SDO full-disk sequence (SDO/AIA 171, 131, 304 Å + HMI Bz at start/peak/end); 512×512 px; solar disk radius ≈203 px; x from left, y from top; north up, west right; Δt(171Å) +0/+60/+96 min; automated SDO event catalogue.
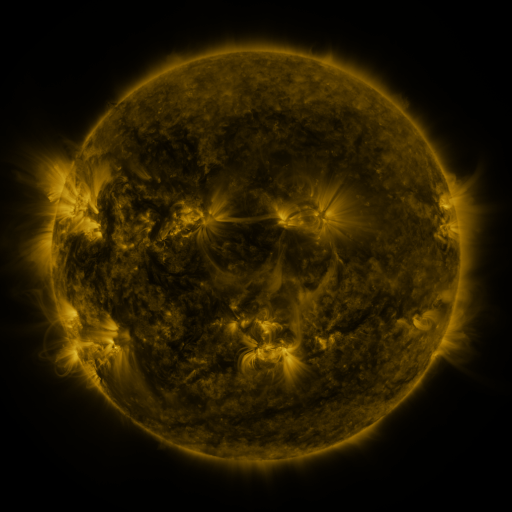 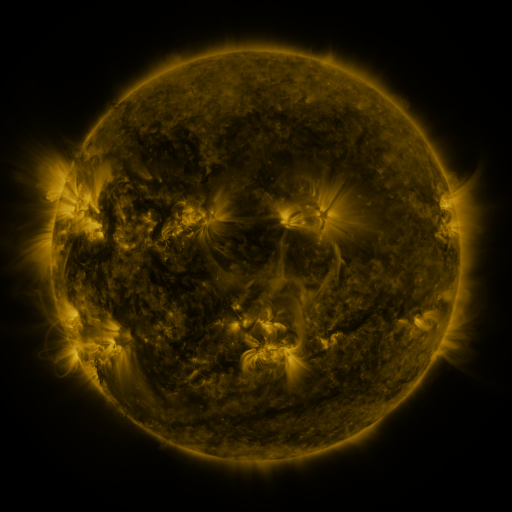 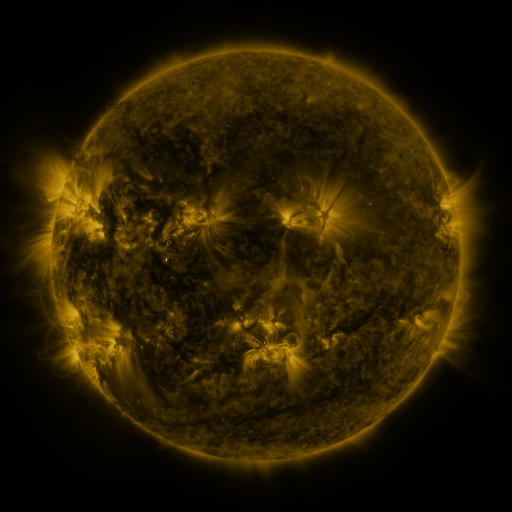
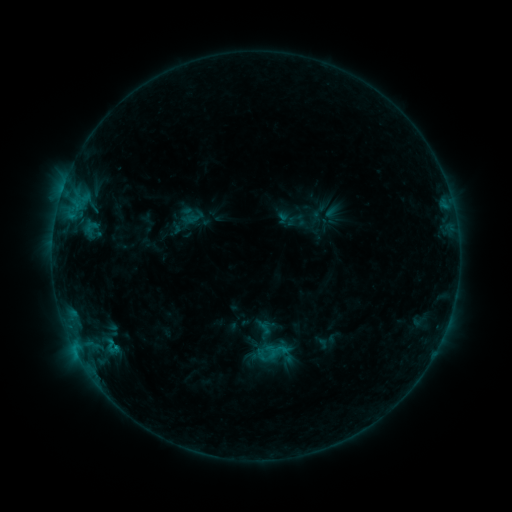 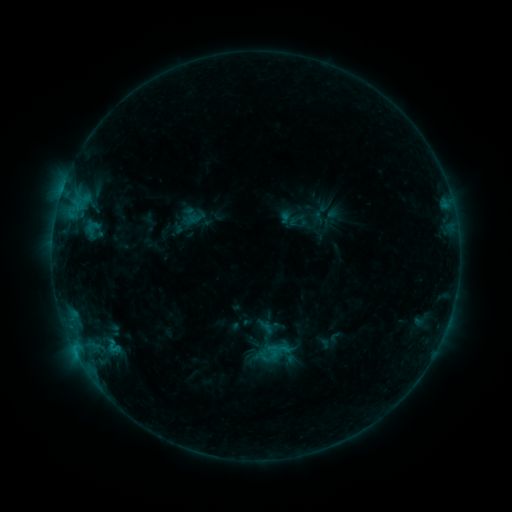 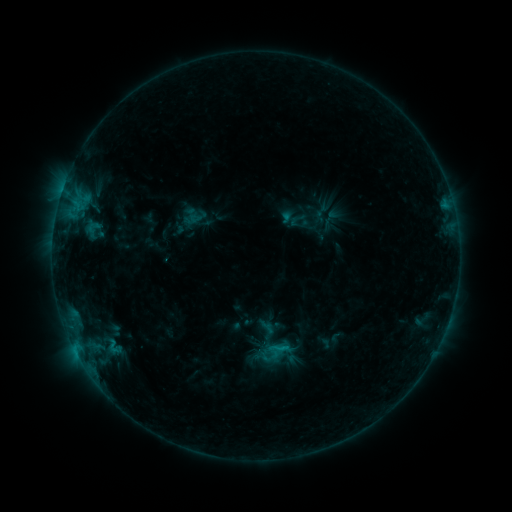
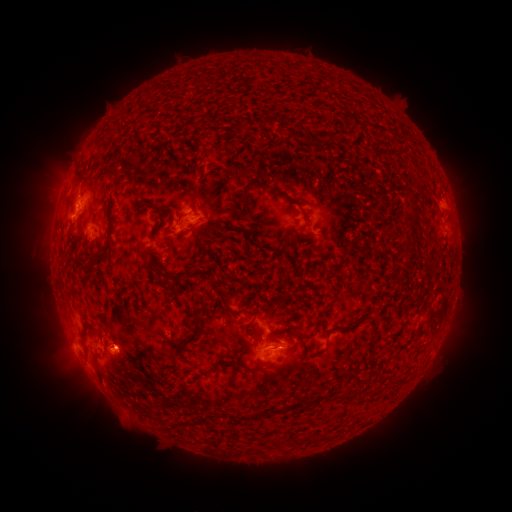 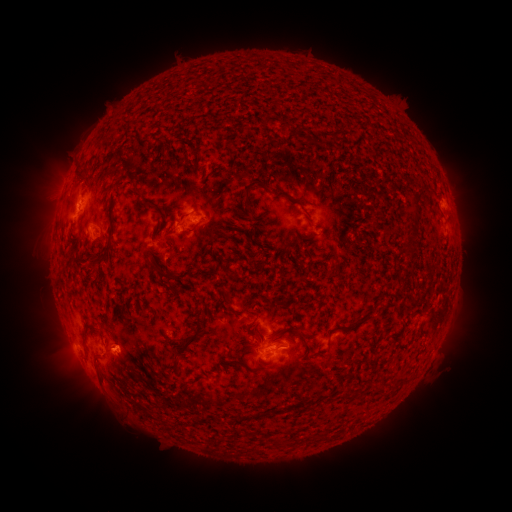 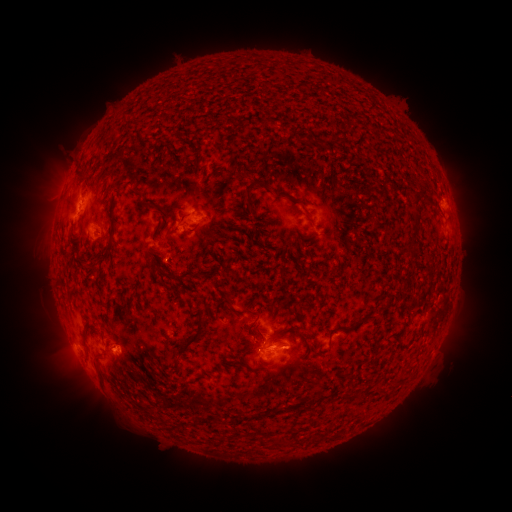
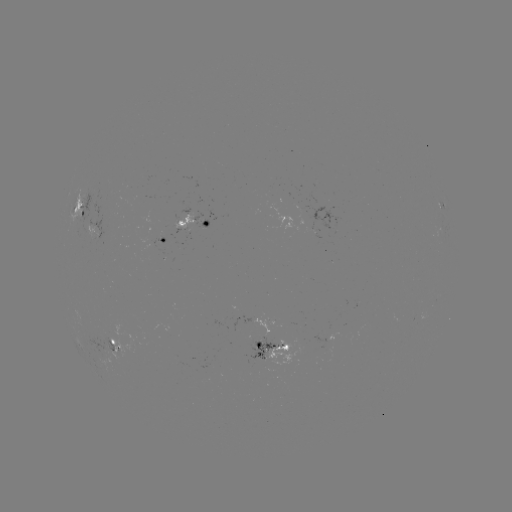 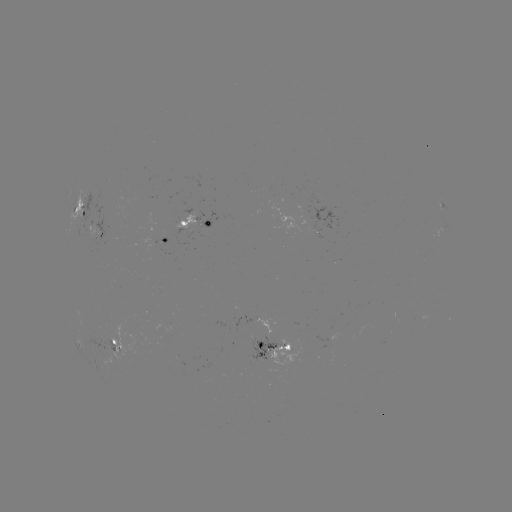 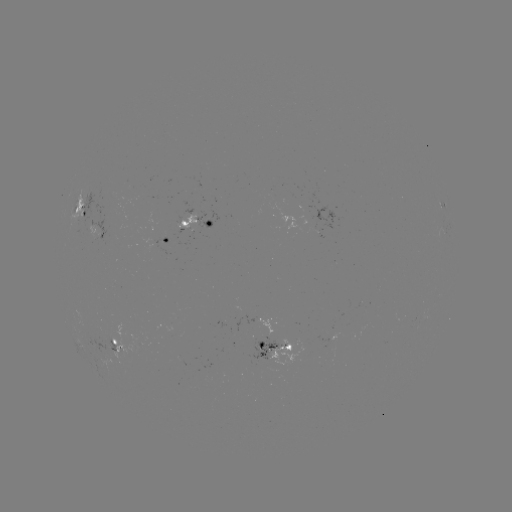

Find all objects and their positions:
emerging-flux region: (299, 212)
